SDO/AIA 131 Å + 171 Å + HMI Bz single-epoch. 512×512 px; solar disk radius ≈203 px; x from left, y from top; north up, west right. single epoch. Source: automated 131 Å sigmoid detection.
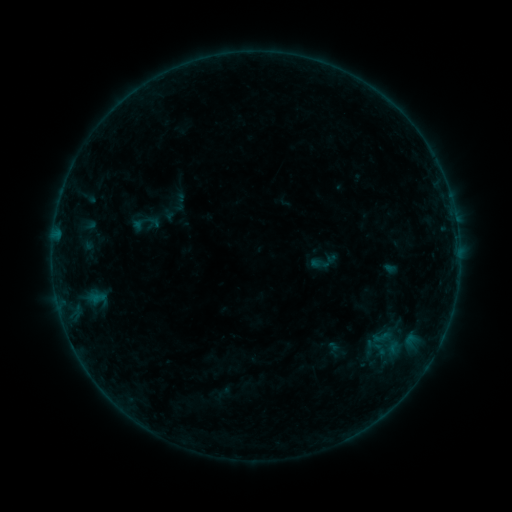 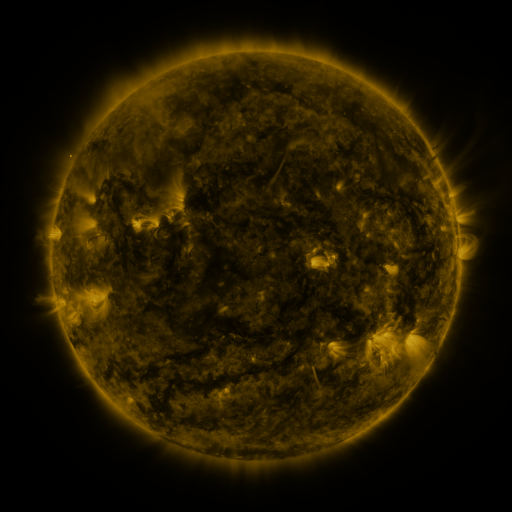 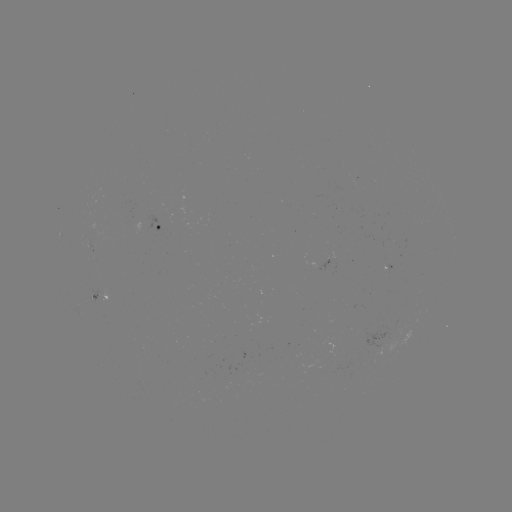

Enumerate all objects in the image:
sigmoid: (131, 210, 154, 236)
sigmoid: (371, 327, 391, 347)
